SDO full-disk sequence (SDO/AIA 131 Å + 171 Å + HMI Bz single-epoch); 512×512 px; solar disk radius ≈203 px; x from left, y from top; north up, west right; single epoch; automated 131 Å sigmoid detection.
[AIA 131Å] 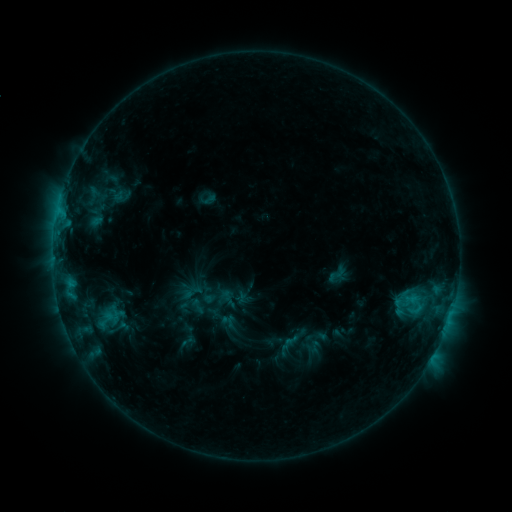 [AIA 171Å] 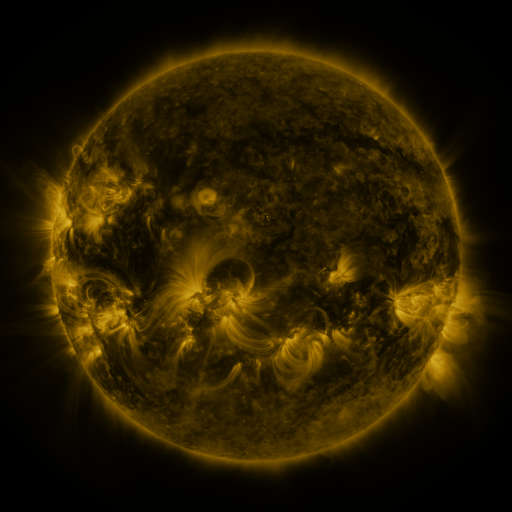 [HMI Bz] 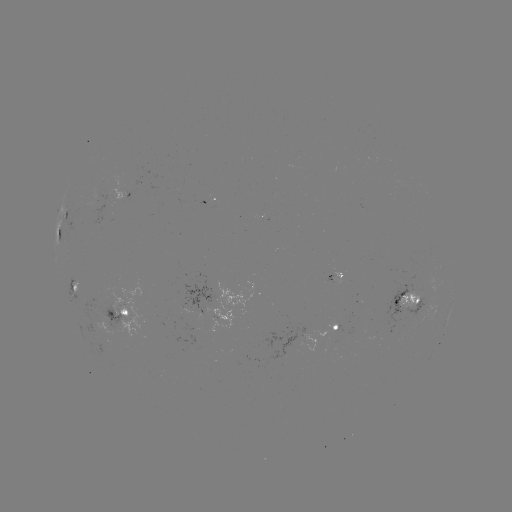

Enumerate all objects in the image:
sigmoid: <bbox>326, 264, 347, 284</bbox>
sigmoid: <bbox>187, 297, 208, 315</bbox>
